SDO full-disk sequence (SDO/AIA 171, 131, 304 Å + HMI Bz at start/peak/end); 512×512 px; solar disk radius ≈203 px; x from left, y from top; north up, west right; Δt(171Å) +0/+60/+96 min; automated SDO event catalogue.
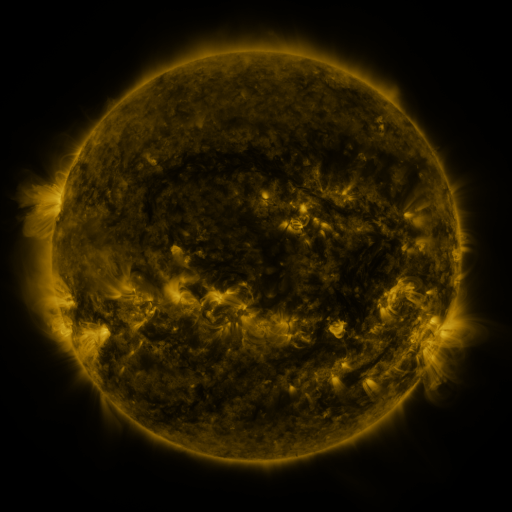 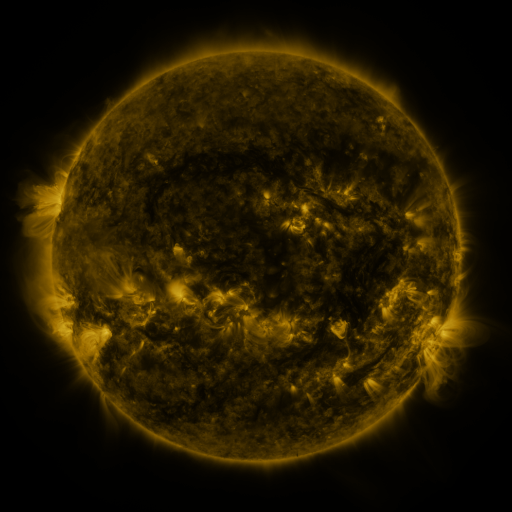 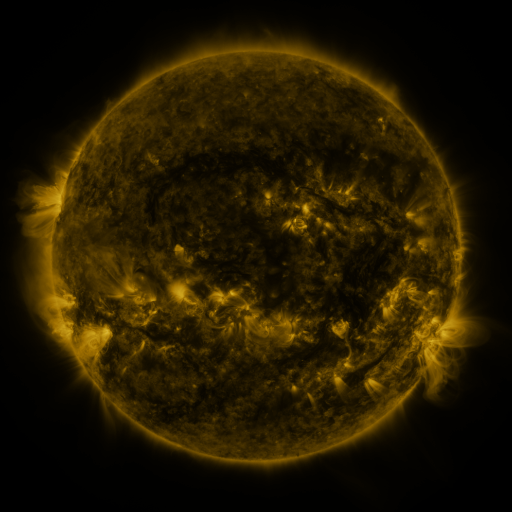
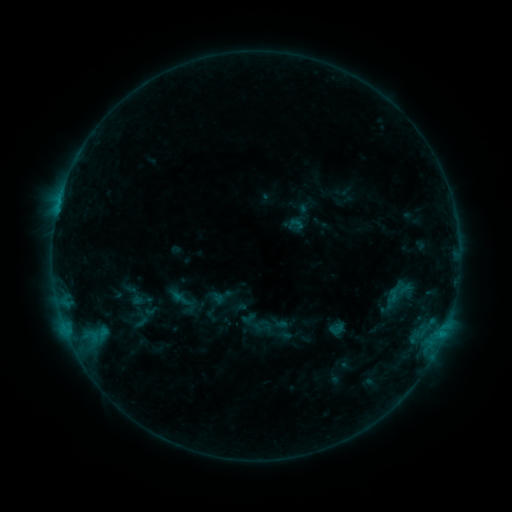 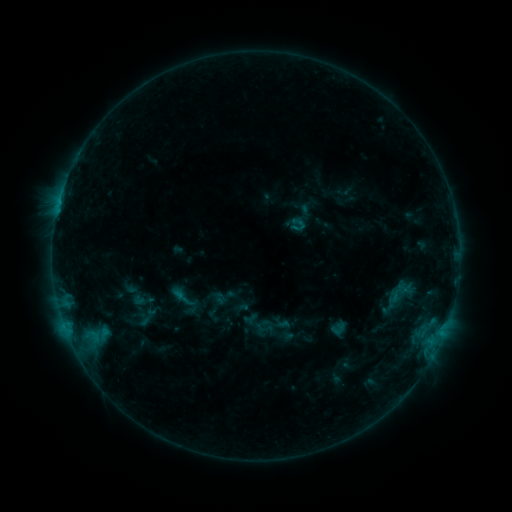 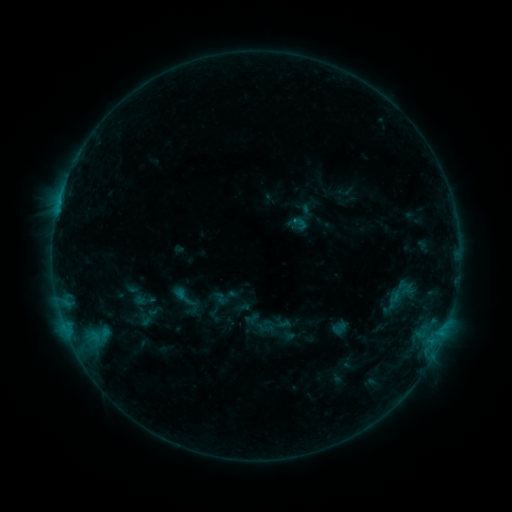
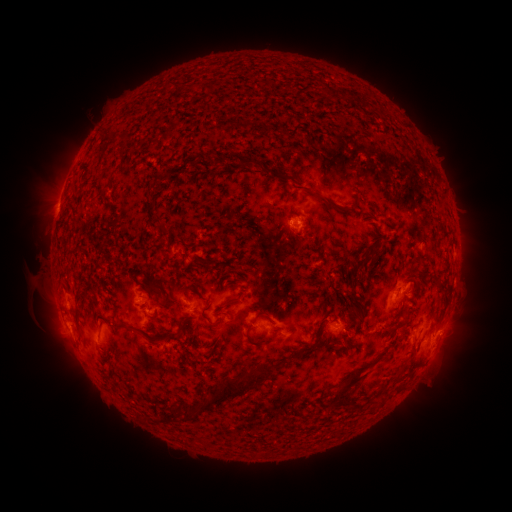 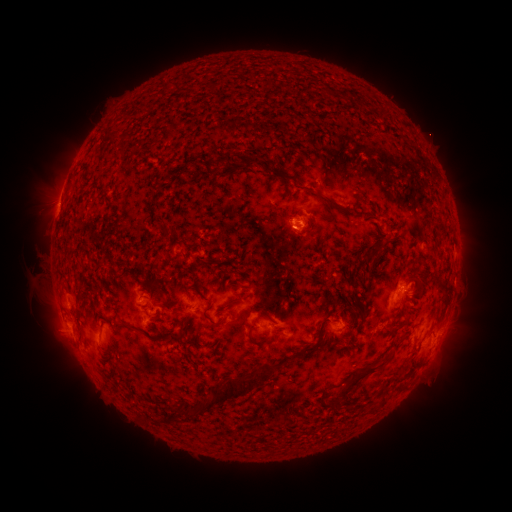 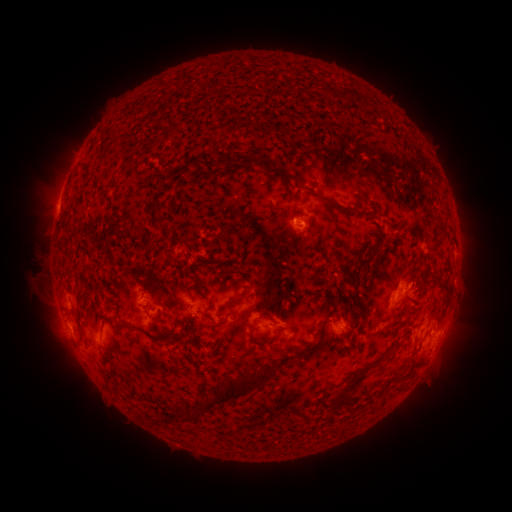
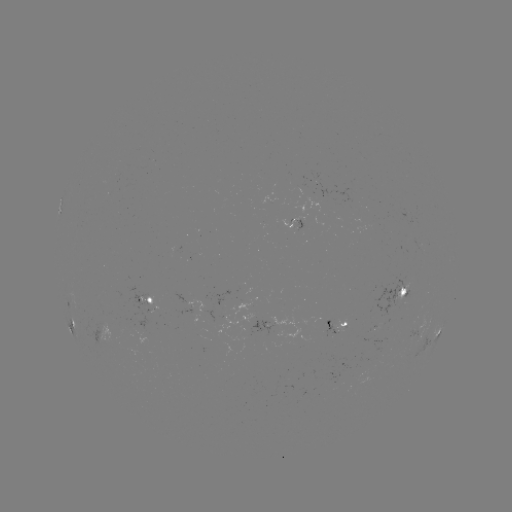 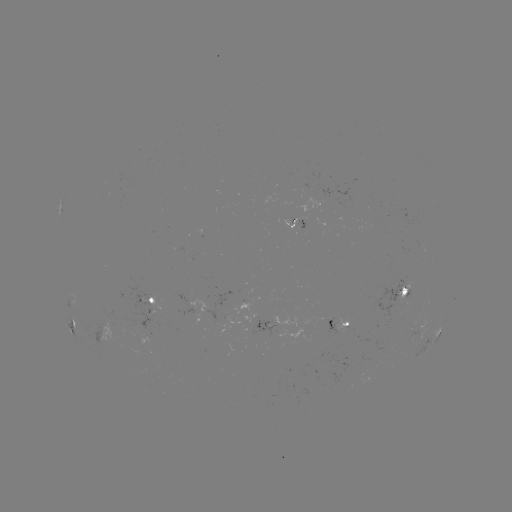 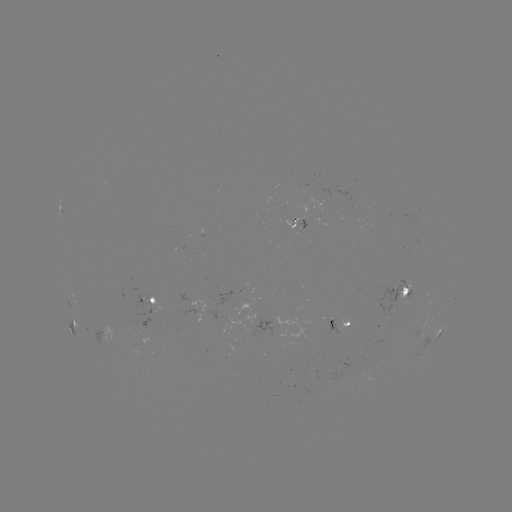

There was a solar emerging-flux region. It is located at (385, 311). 